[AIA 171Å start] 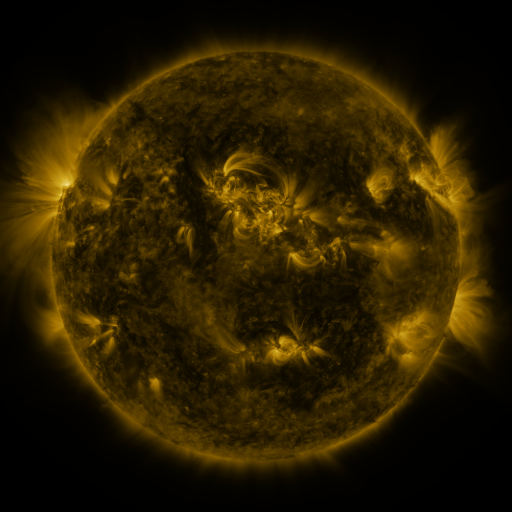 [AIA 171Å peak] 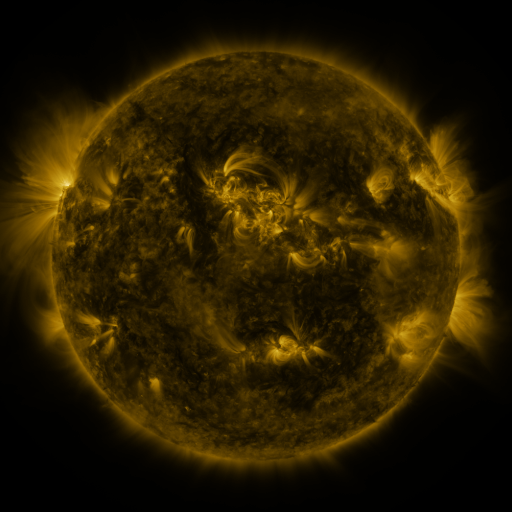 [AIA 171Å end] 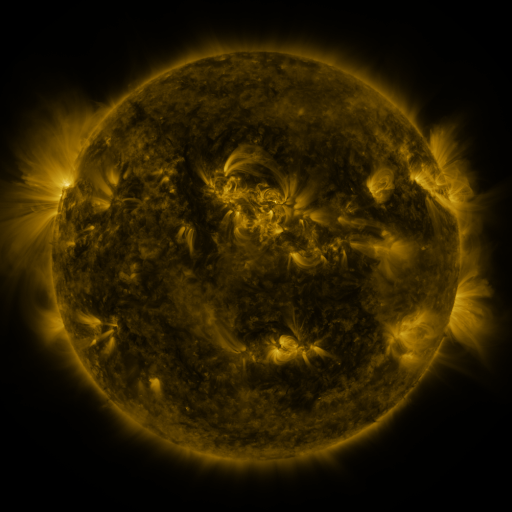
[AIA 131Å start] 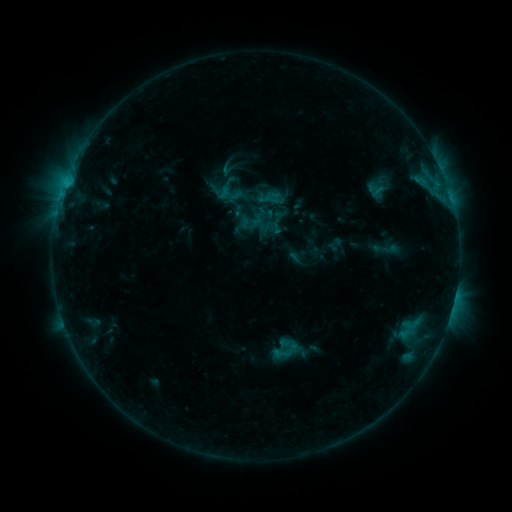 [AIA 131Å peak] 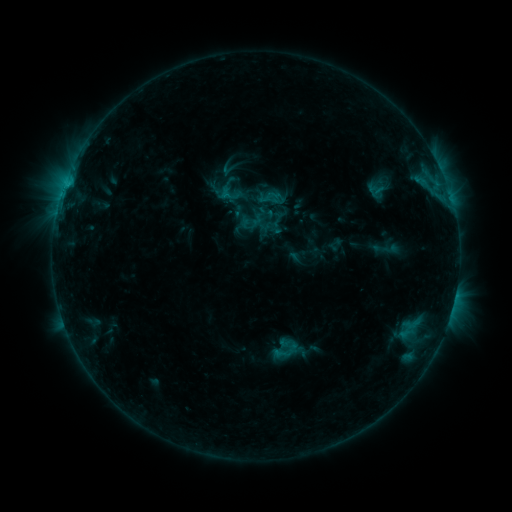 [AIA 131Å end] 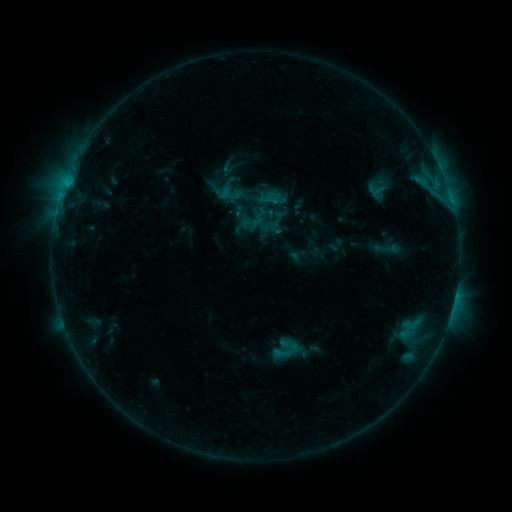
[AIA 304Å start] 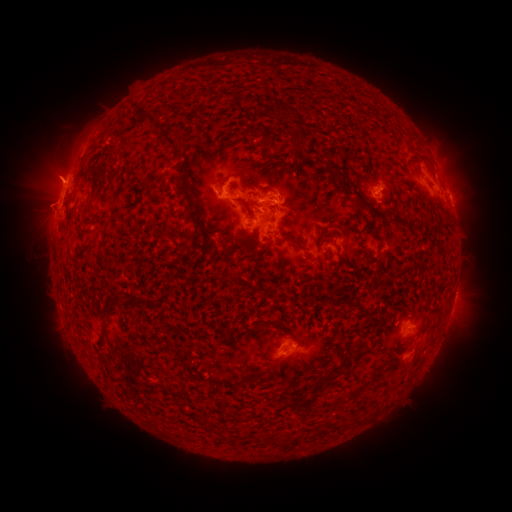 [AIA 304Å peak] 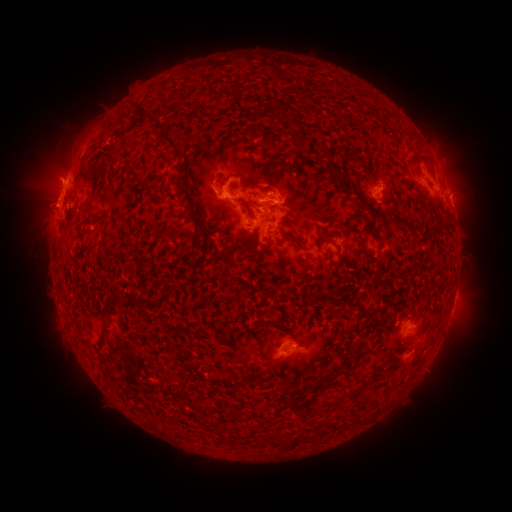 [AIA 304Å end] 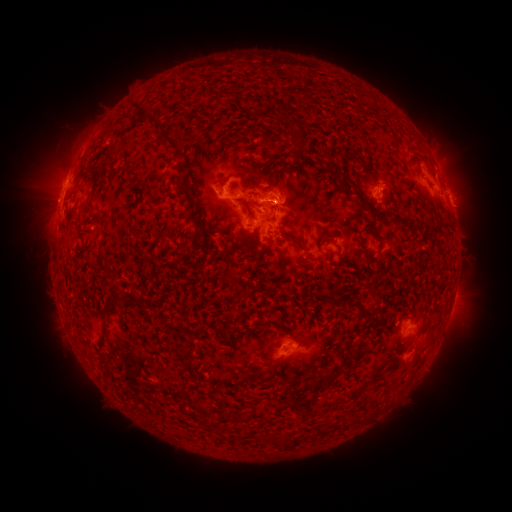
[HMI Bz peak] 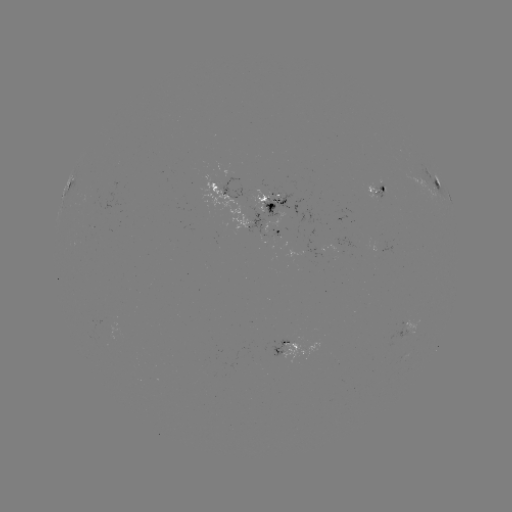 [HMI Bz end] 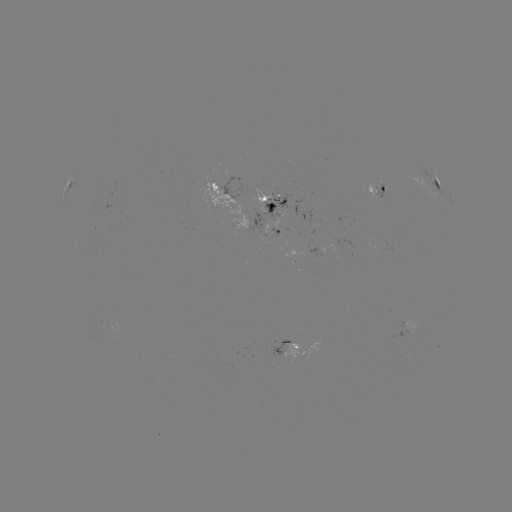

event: eruption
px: (56, 161)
